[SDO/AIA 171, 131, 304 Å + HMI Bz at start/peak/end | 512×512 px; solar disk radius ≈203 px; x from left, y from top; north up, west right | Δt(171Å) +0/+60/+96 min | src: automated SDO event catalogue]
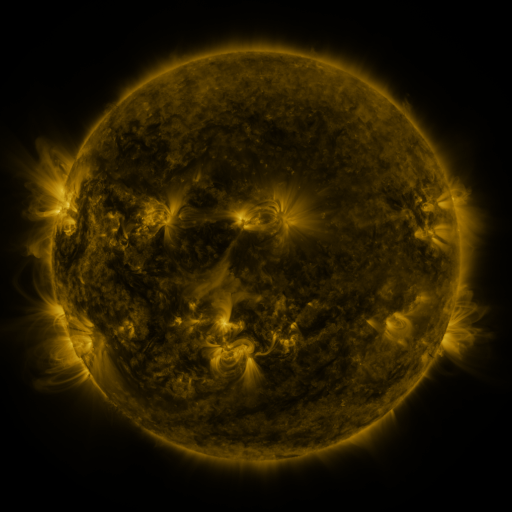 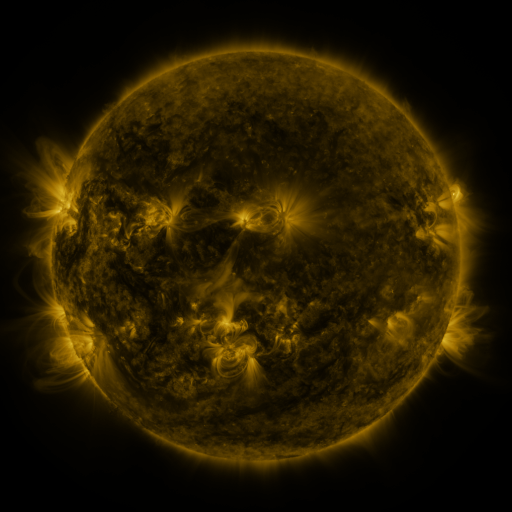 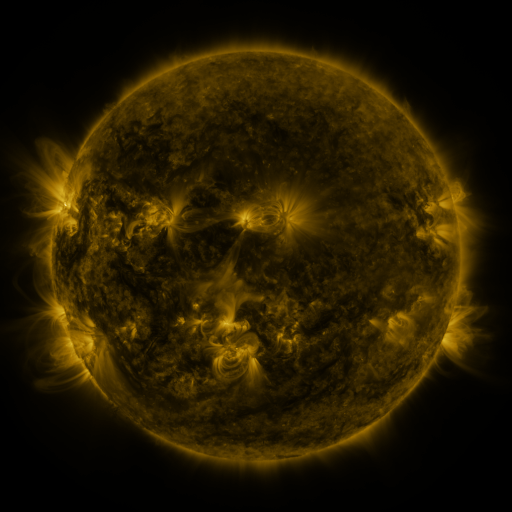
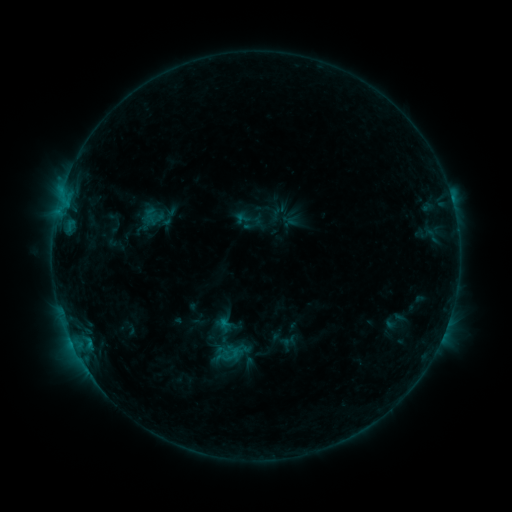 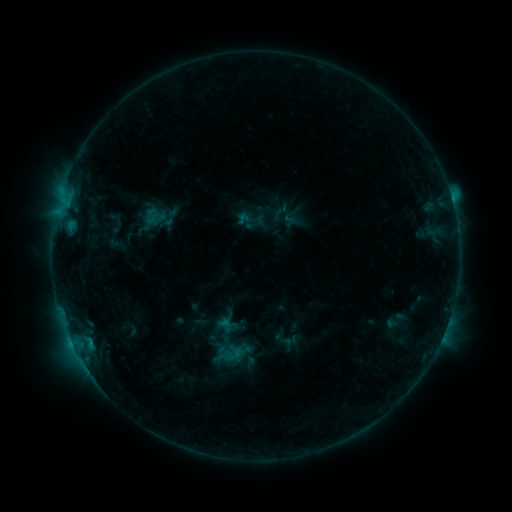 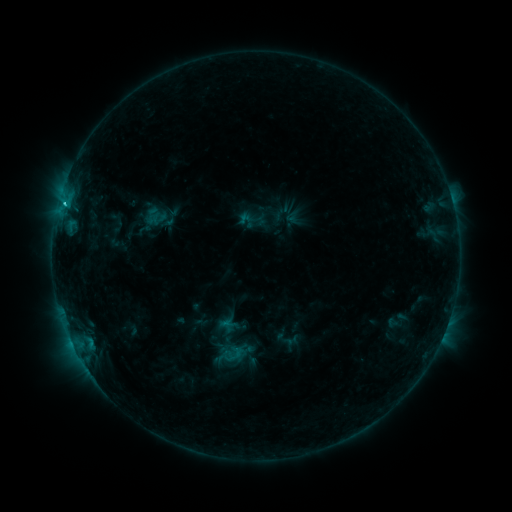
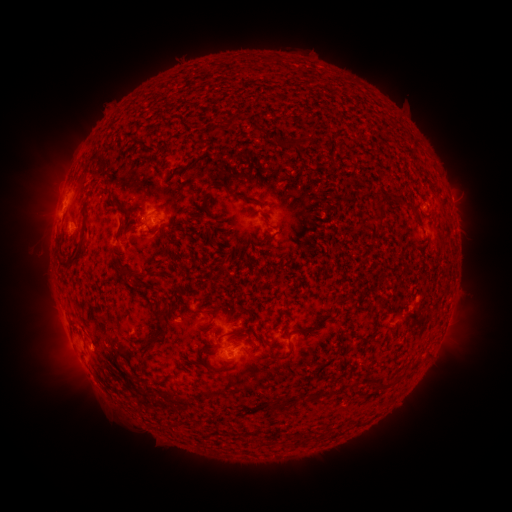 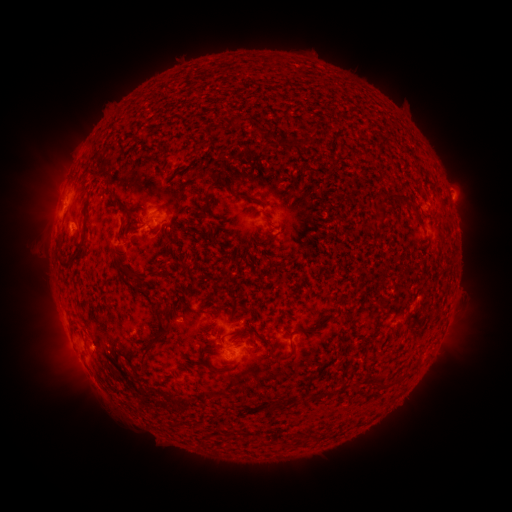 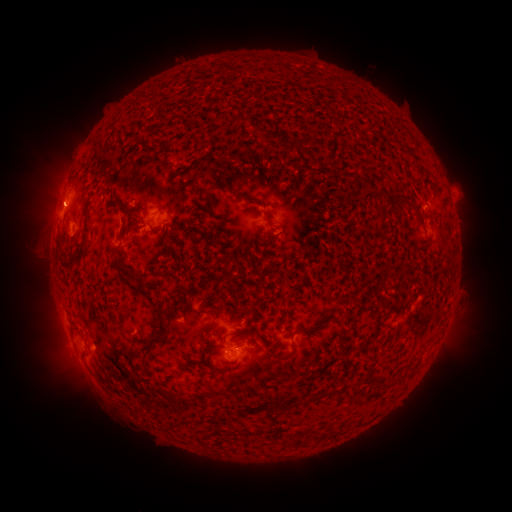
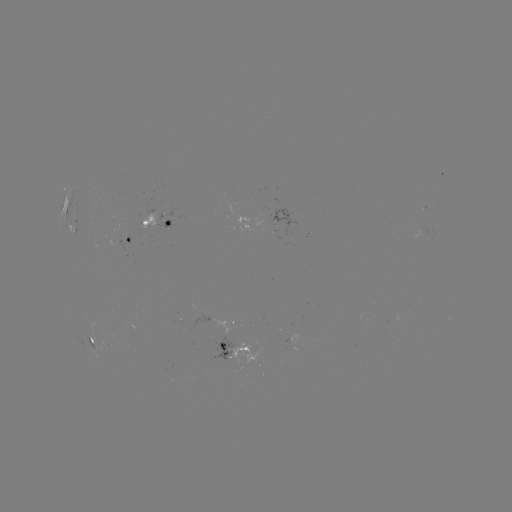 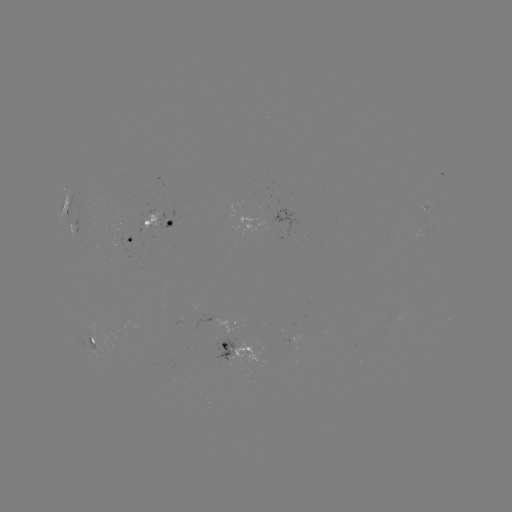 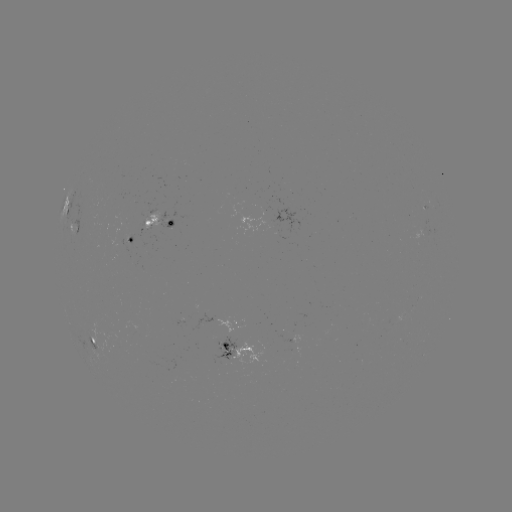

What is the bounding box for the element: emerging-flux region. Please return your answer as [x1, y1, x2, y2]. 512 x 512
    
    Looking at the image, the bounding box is [384, 313, 392, 323].